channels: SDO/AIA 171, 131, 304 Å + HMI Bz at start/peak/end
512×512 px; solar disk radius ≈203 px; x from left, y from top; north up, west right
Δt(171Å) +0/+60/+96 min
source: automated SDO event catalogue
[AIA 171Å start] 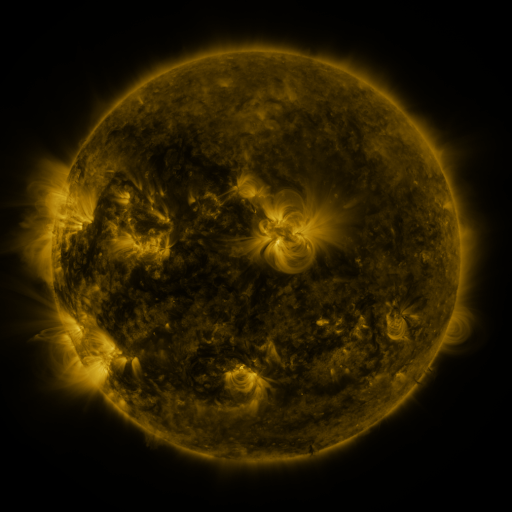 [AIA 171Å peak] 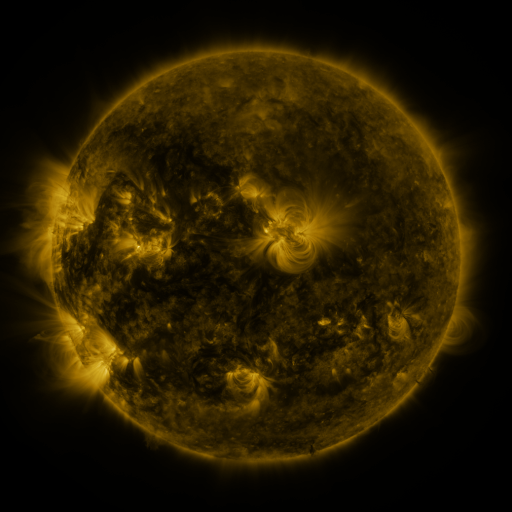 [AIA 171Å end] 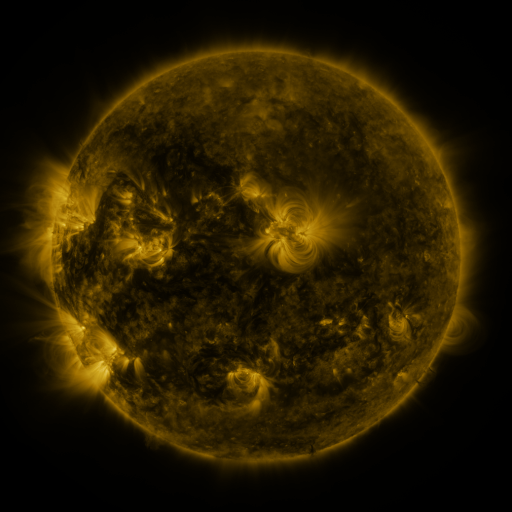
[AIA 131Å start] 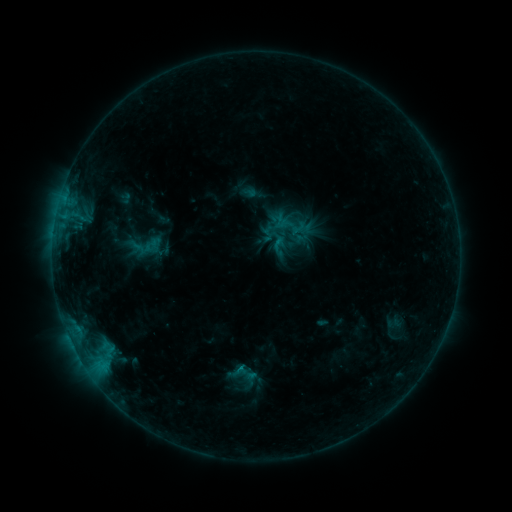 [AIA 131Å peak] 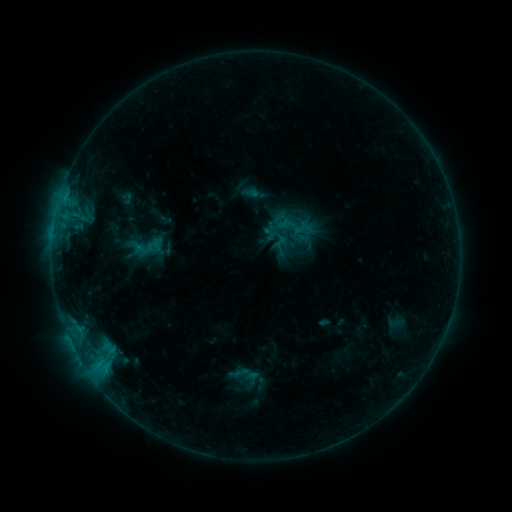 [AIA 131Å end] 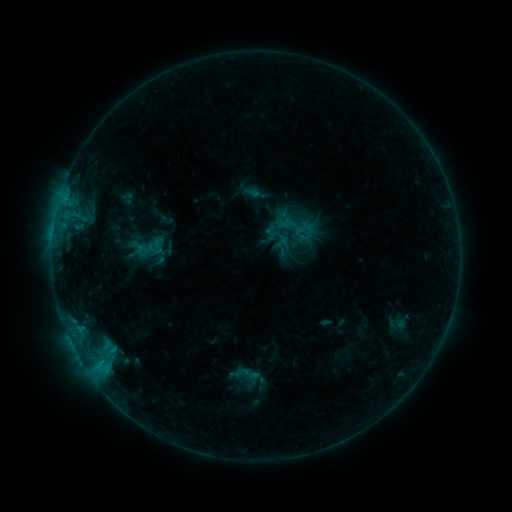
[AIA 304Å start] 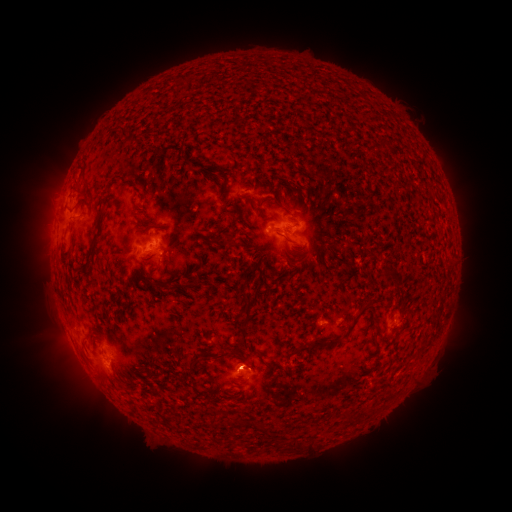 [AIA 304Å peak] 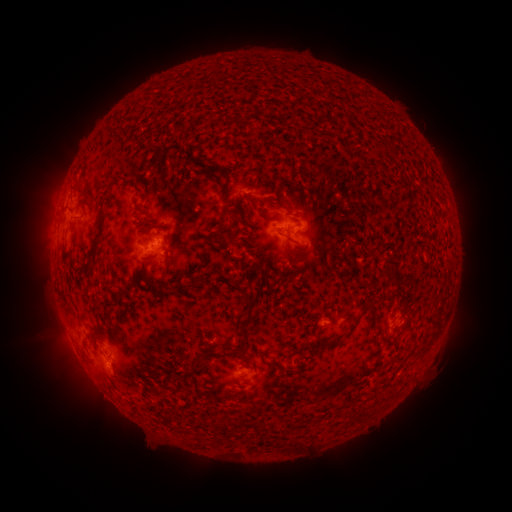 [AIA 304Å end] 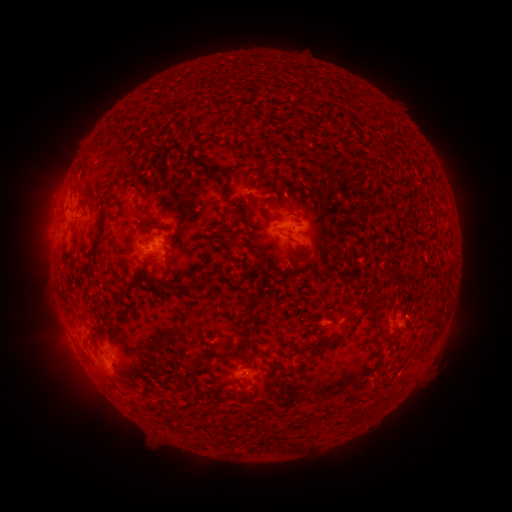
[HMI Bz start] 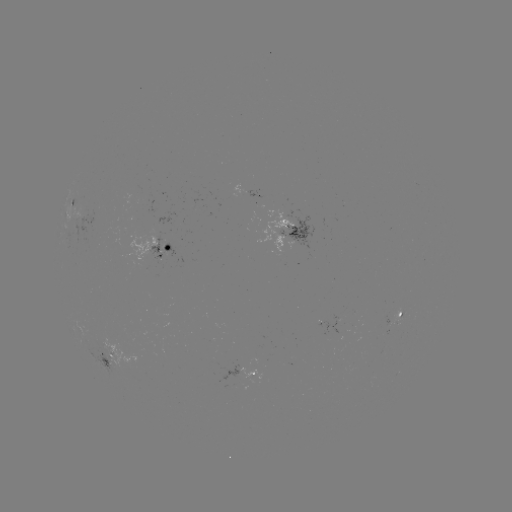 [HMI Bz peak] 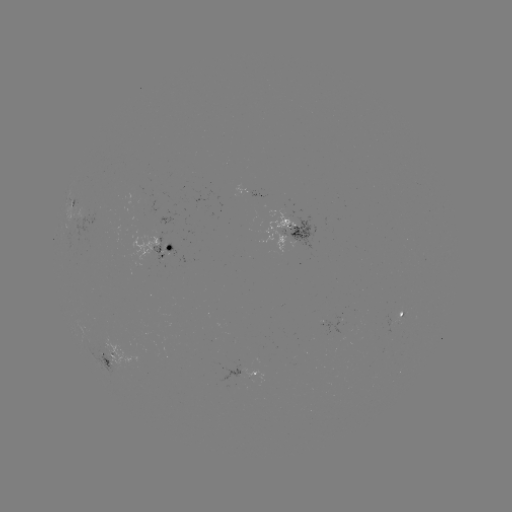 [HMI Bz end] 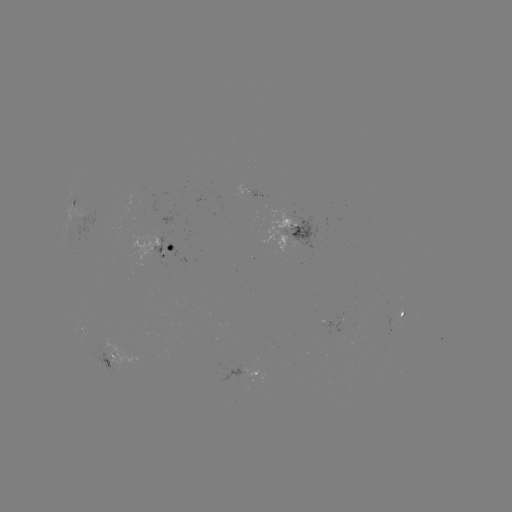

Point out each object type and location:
emerging-flux region: (396, 322)
